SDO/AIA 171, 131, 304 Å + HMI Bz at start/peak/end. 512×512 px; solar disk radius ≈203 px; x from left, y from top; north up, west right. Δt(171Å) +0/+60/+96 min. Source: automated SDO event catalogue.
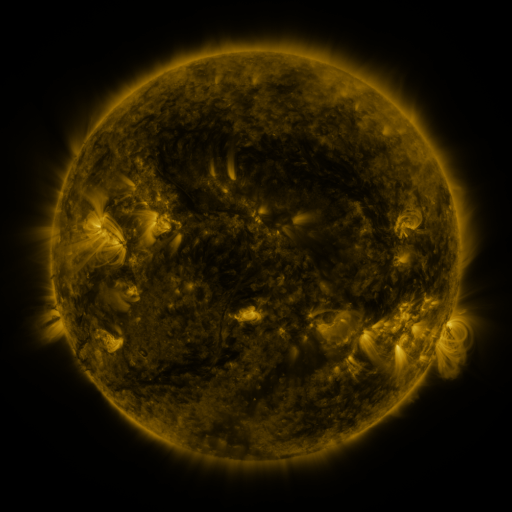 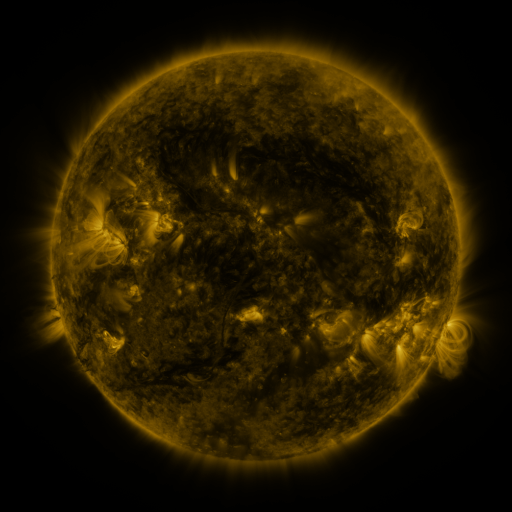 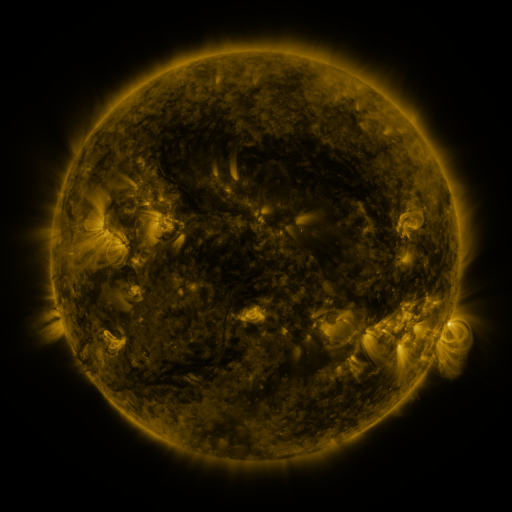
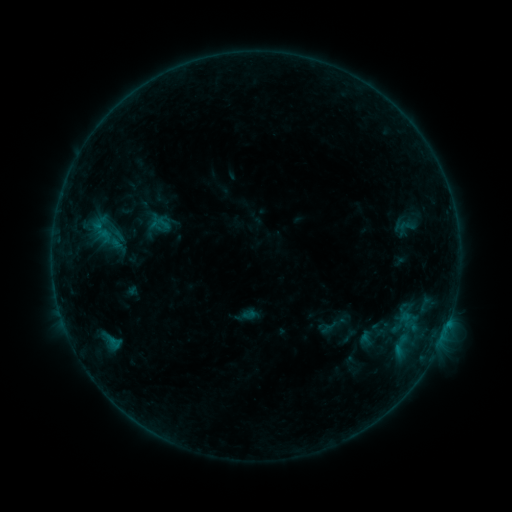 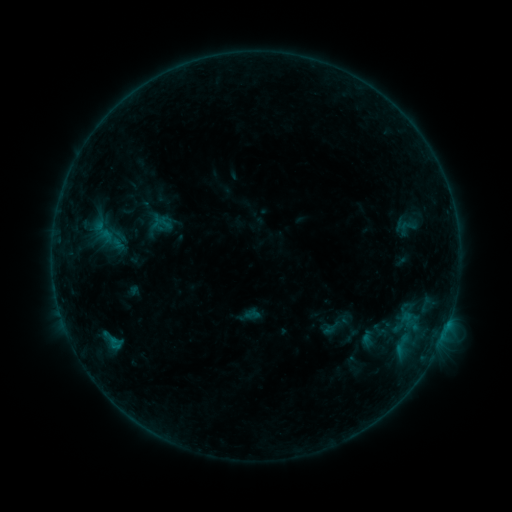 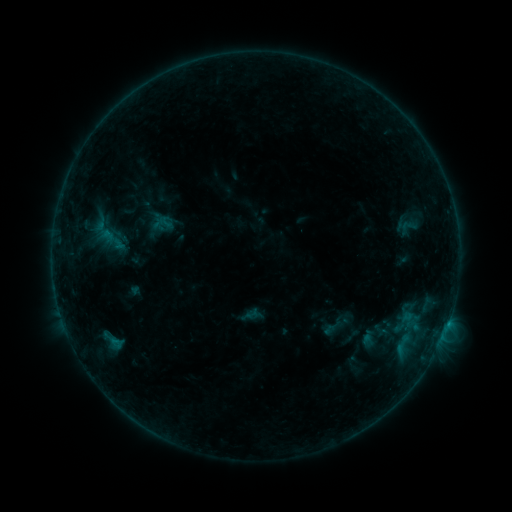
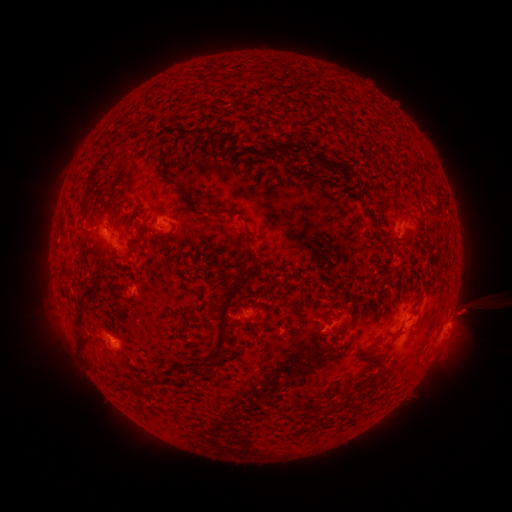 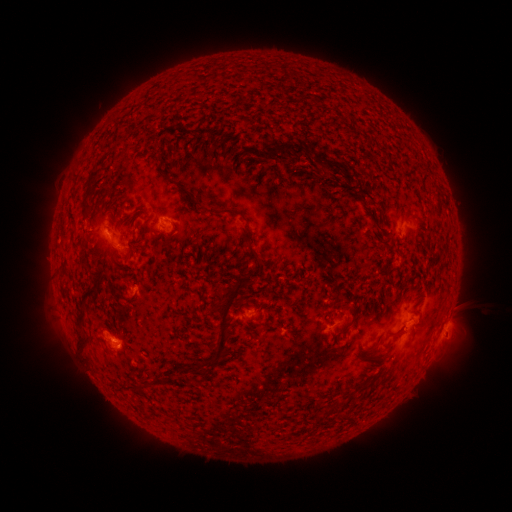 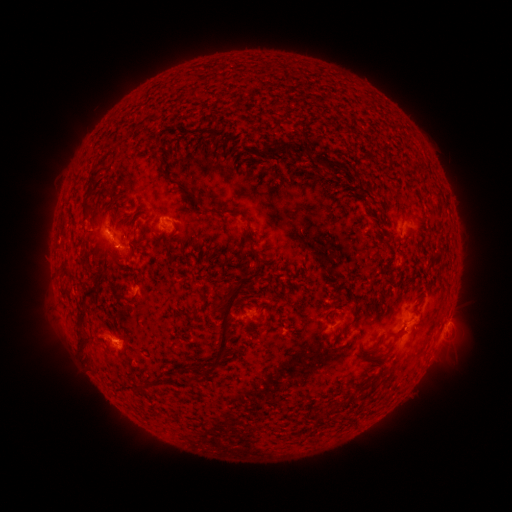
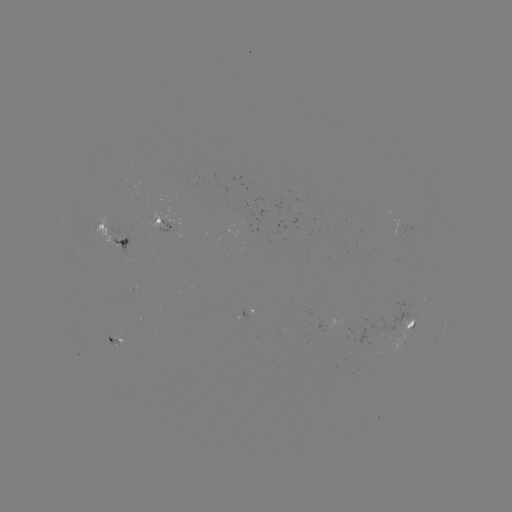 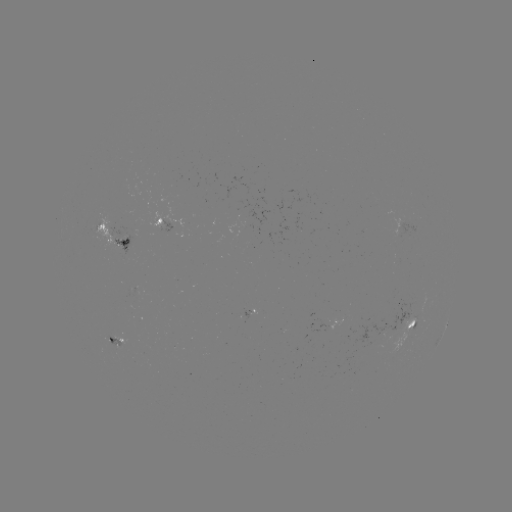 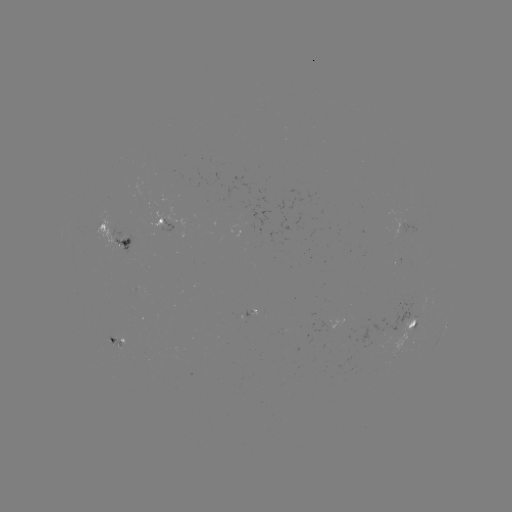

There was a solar emerging-flux region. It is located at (110, 340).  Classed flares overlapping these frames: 1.